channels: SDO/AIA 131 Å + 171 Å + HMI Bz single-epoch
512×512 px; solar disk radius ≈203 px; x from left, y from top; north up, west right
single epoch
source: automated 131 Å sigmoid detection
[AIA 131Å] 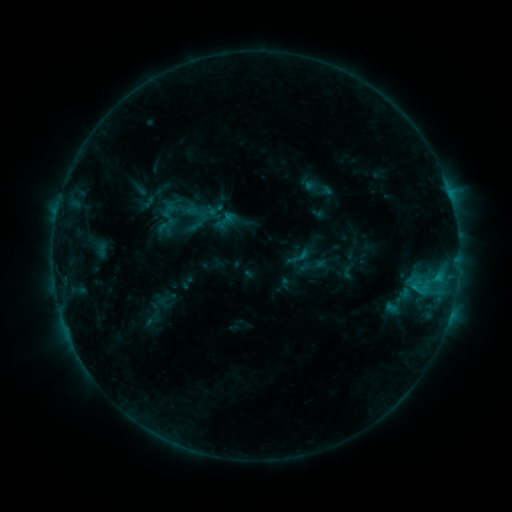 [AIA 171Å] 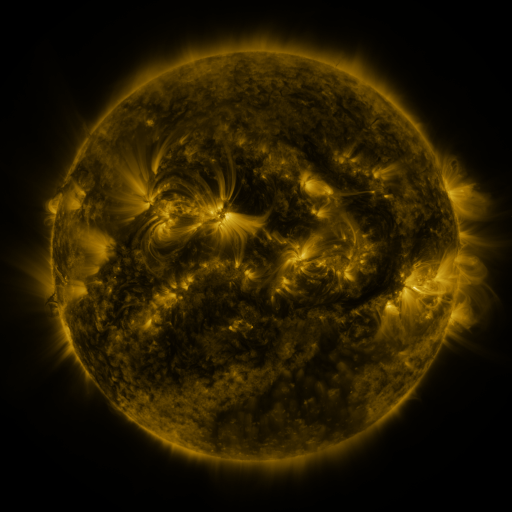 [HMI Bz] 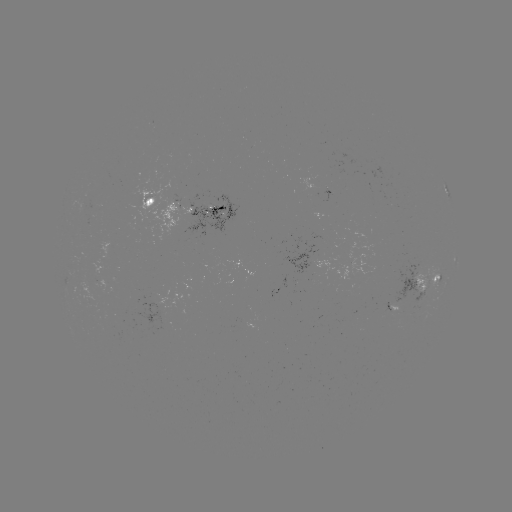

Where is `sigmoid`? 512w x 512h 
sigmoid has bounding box [211, 207, 239, 235].